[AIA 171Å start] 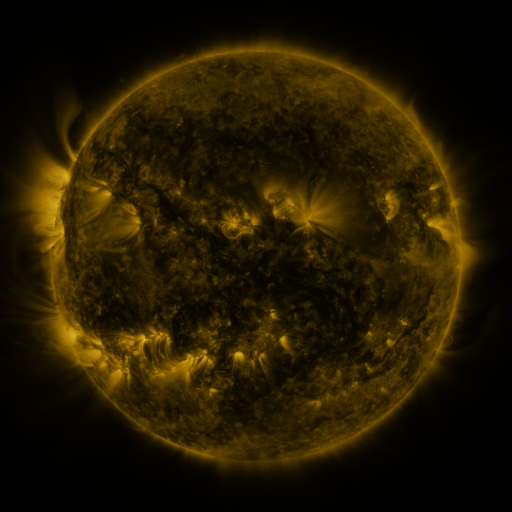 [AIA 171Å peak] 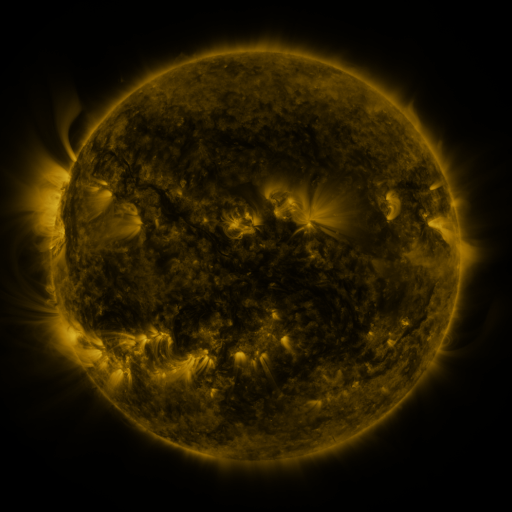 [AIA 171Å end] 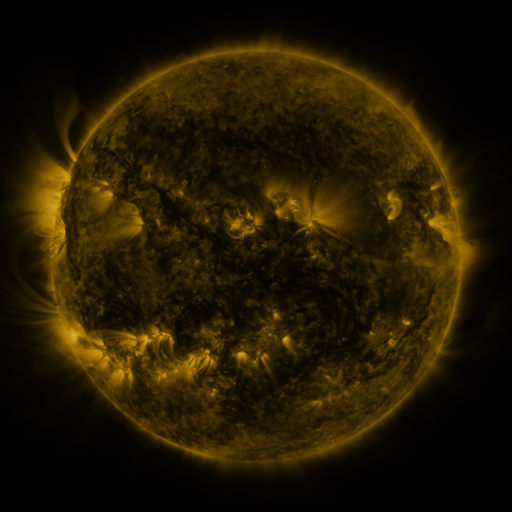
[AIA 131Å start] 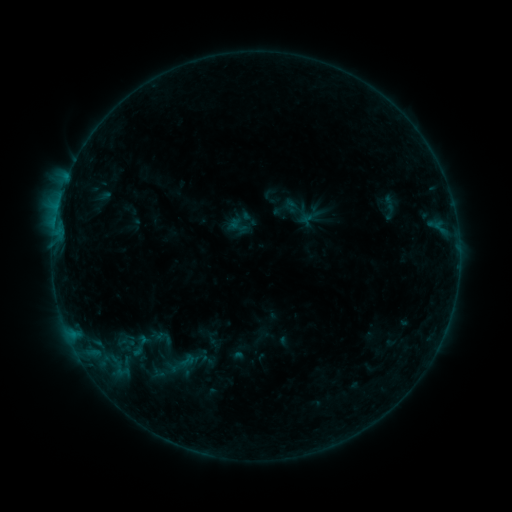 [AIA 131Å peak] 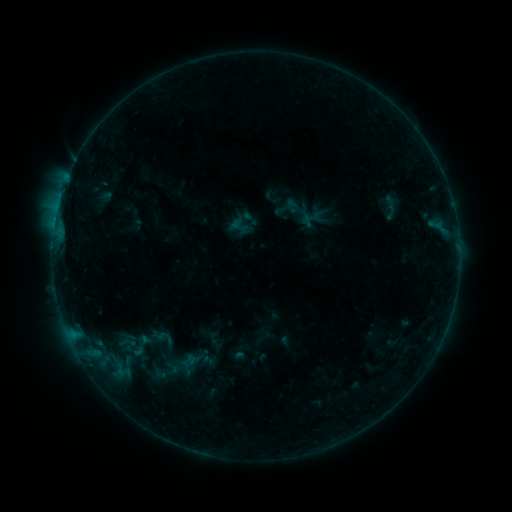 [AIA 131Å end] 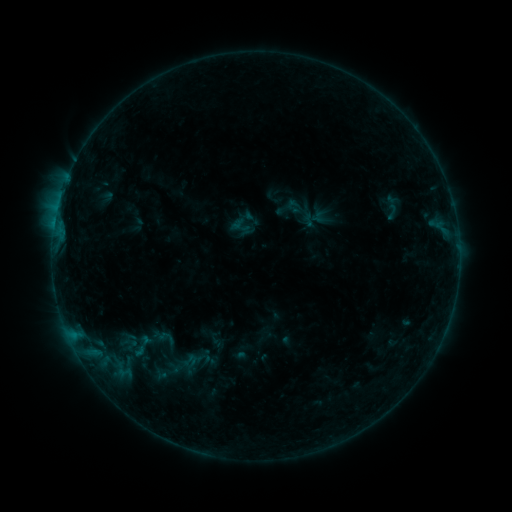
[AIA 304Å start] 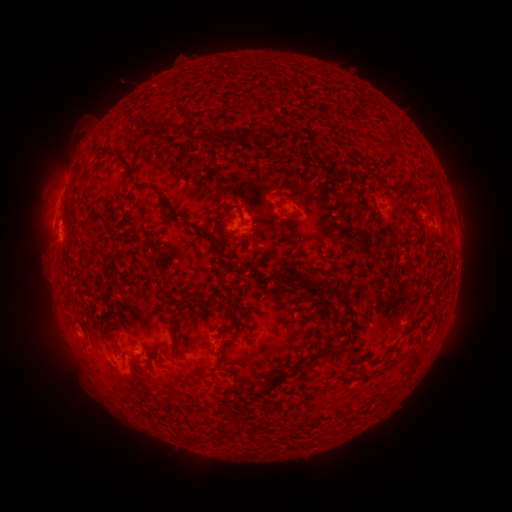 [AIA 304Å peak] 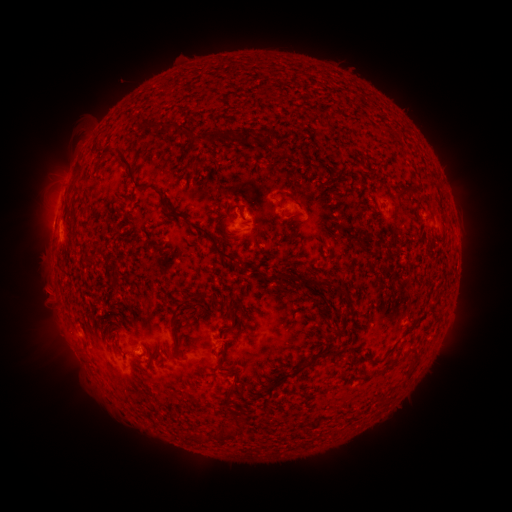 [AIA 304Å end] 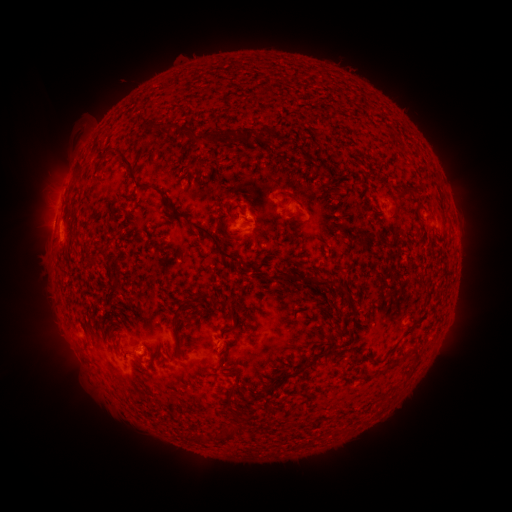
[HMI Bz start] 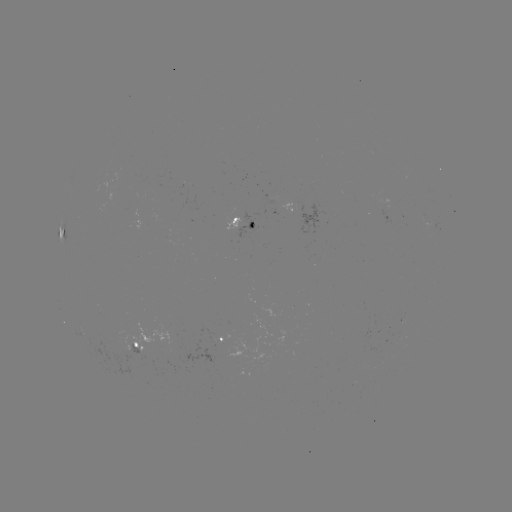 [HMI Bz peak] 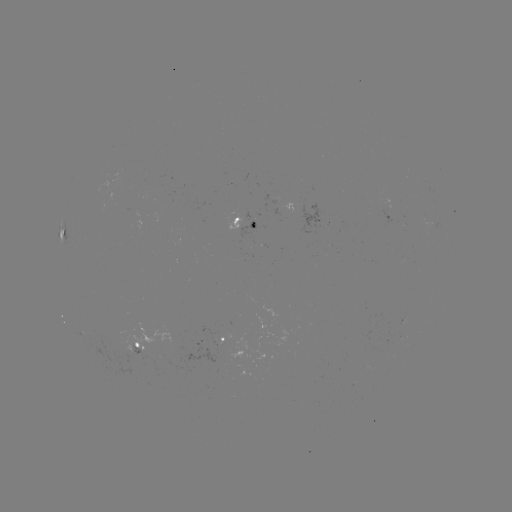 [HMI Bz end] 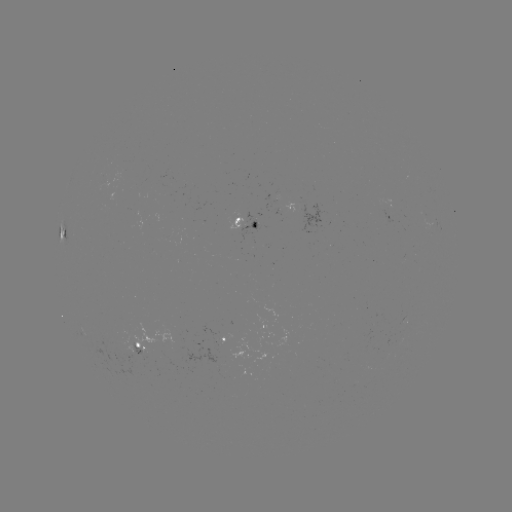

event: filament eruption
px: (38, 317)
